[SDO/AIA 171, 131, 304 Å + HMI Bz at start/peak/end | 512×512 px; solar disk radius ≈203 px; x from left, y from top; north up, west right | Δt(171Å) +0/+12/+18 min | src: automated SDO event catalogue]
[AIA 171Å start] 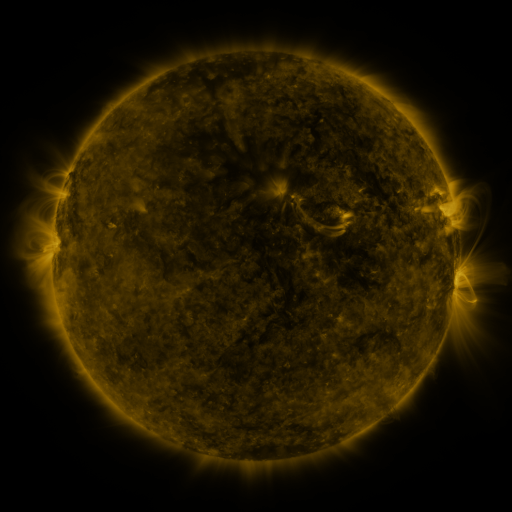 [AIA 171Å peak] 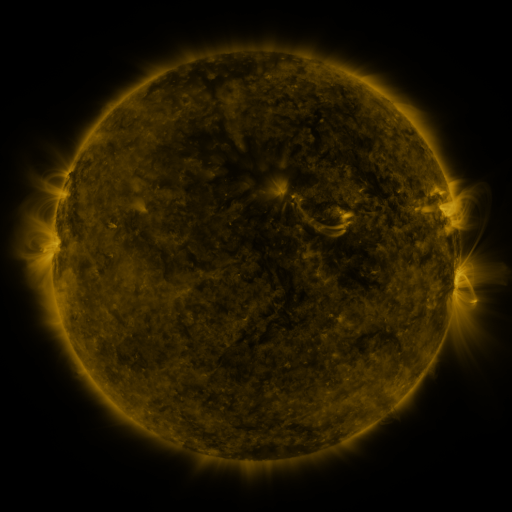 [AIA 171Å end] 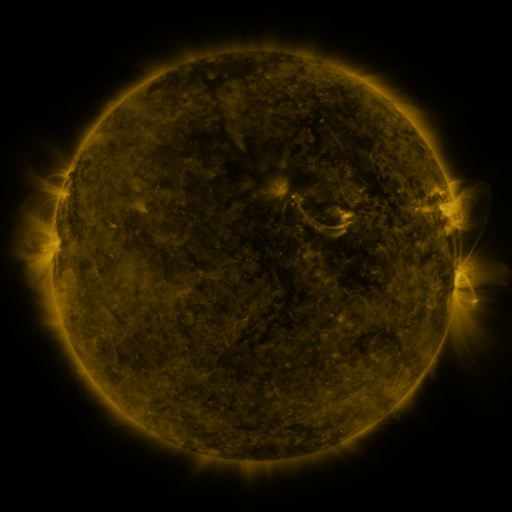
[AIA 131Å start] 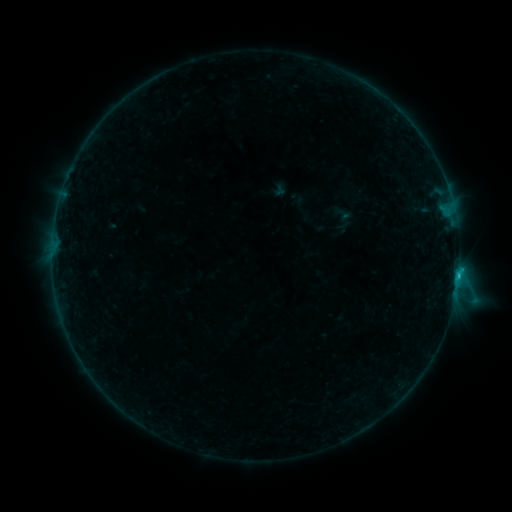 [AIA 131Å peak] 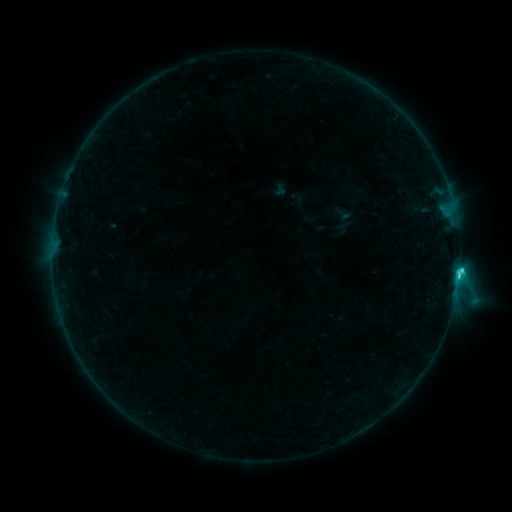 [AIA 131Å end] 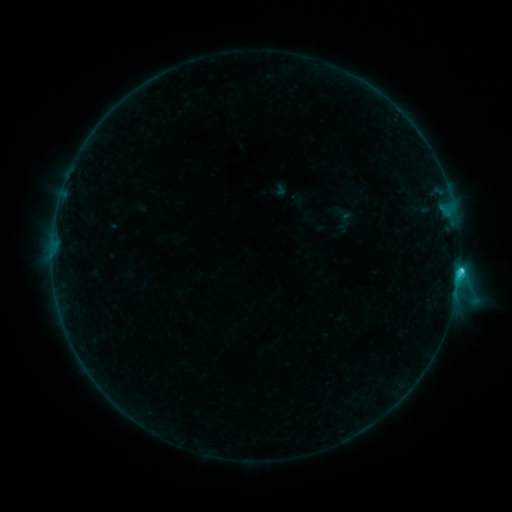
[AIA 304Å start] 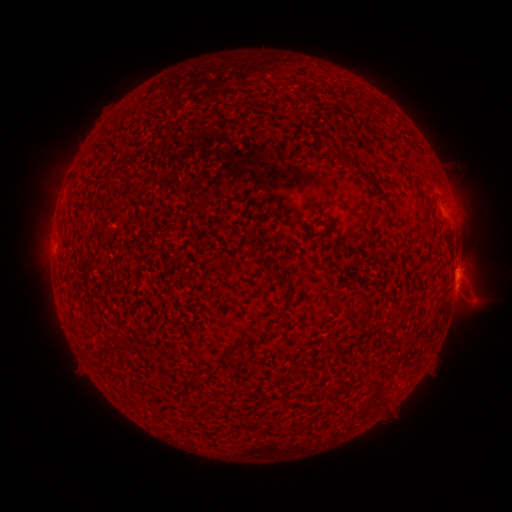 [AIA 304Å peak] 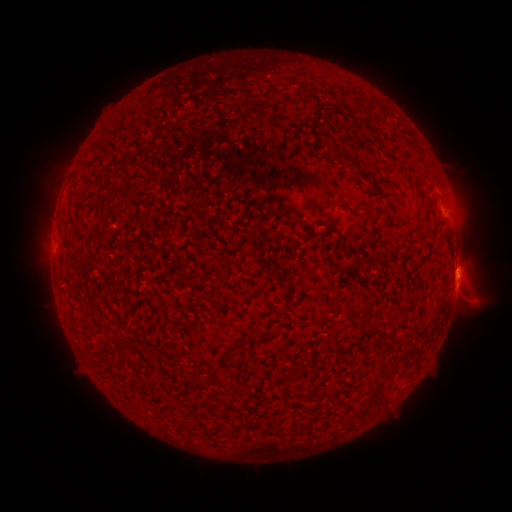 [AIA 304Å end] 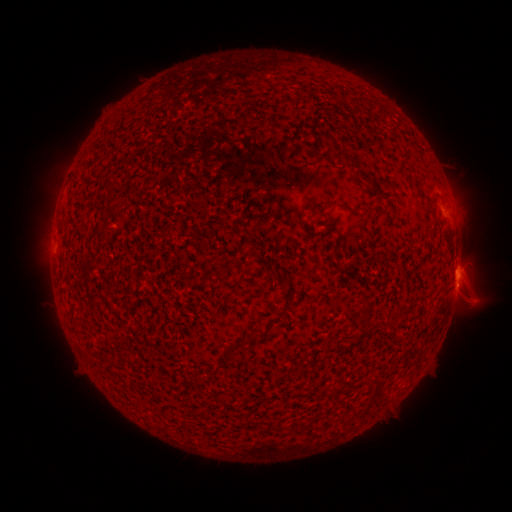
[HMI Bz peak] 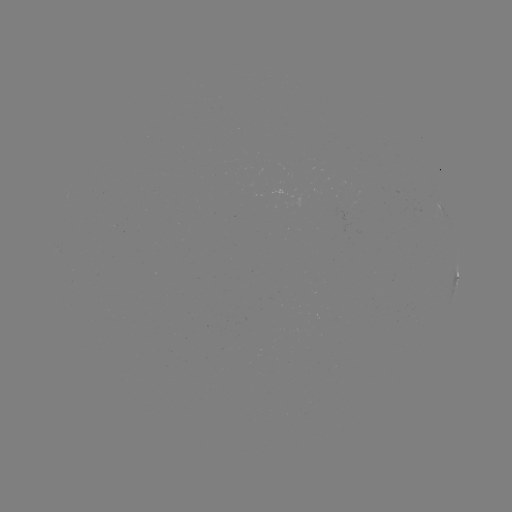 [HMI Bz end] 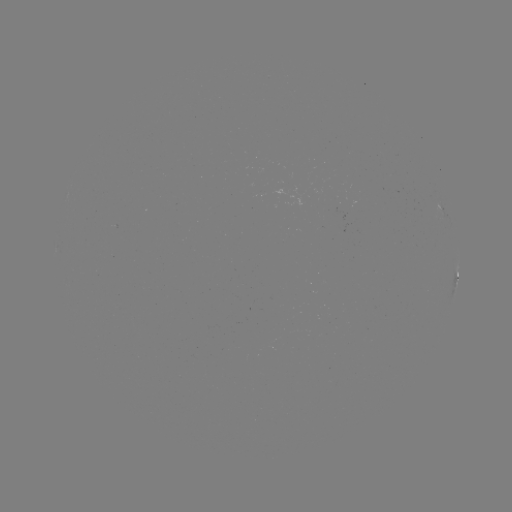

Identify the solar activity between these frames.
C2.1 flare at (458, 273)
